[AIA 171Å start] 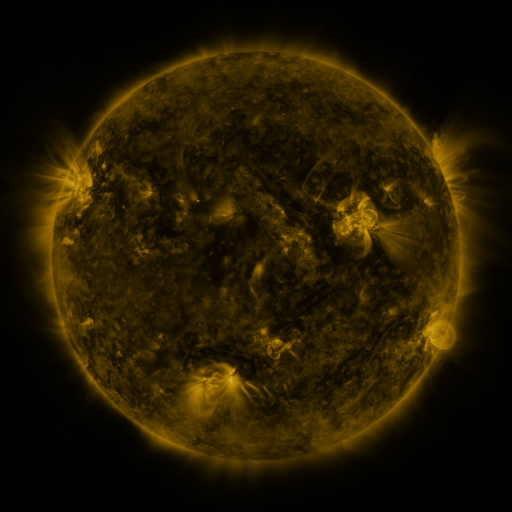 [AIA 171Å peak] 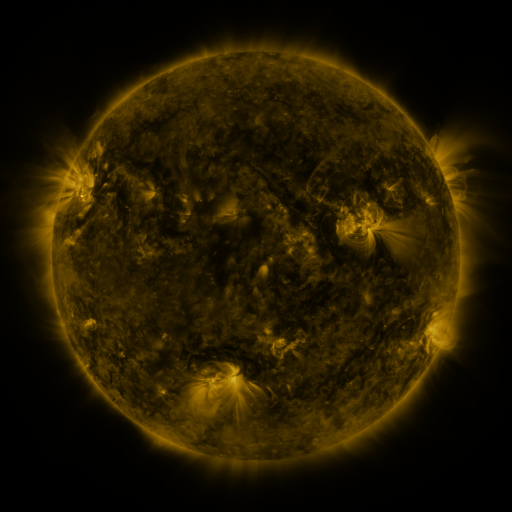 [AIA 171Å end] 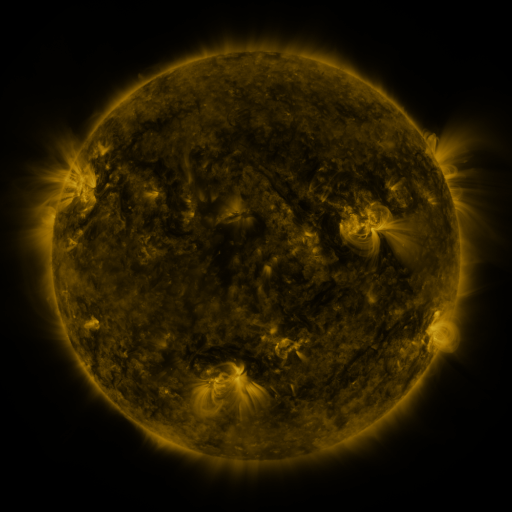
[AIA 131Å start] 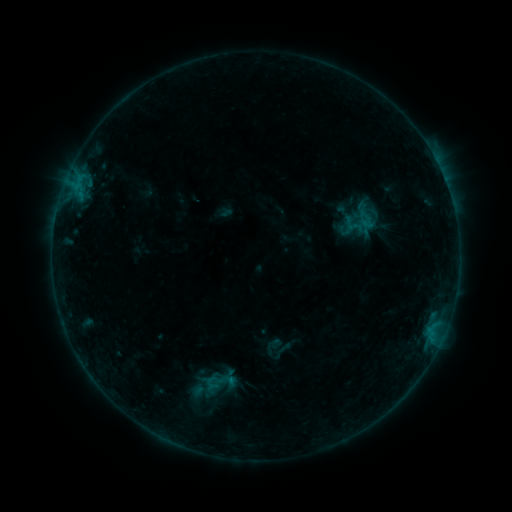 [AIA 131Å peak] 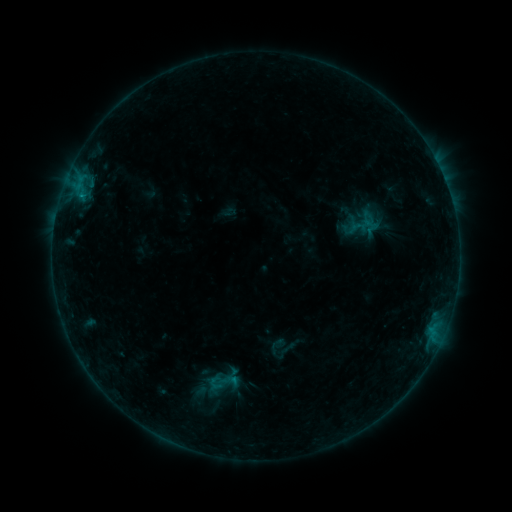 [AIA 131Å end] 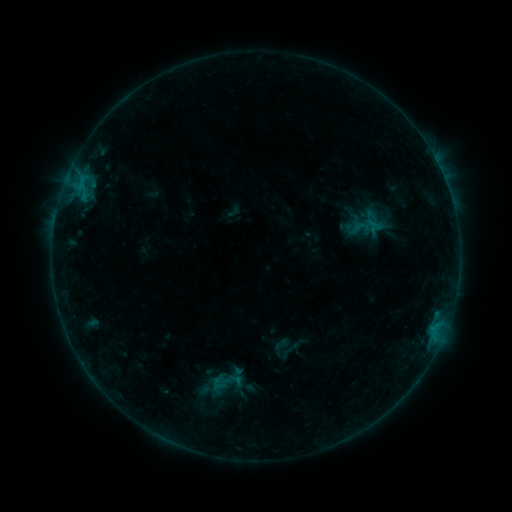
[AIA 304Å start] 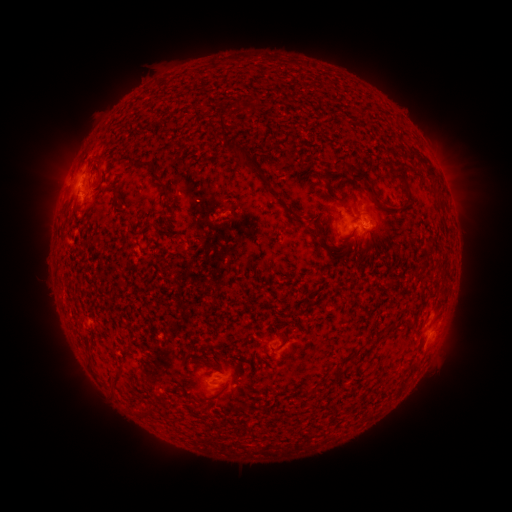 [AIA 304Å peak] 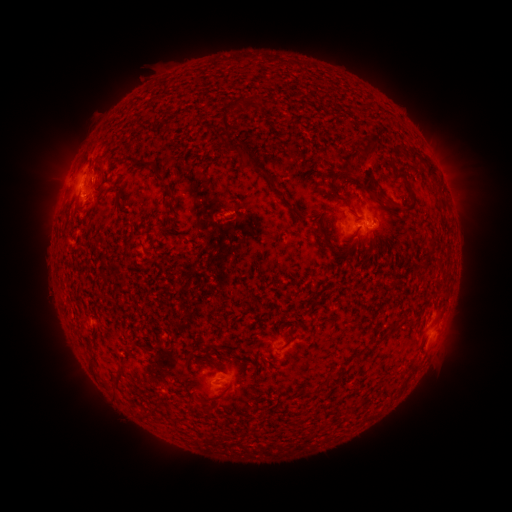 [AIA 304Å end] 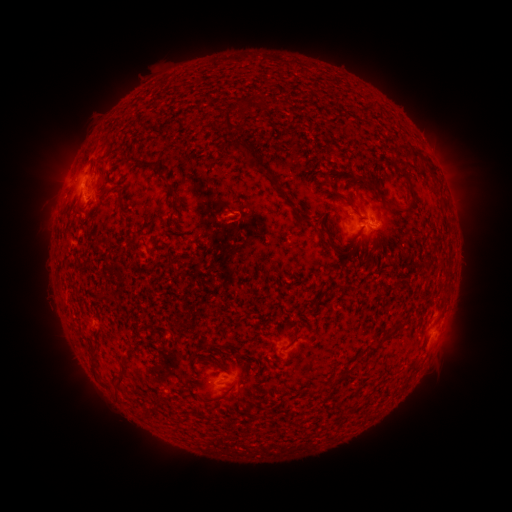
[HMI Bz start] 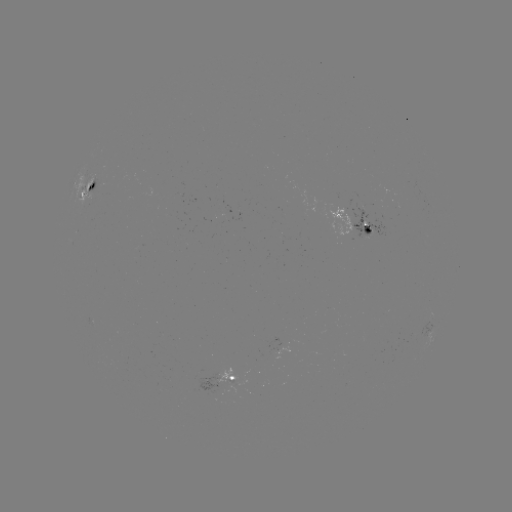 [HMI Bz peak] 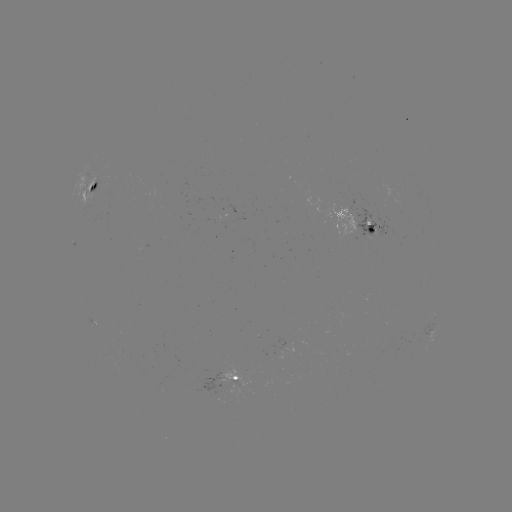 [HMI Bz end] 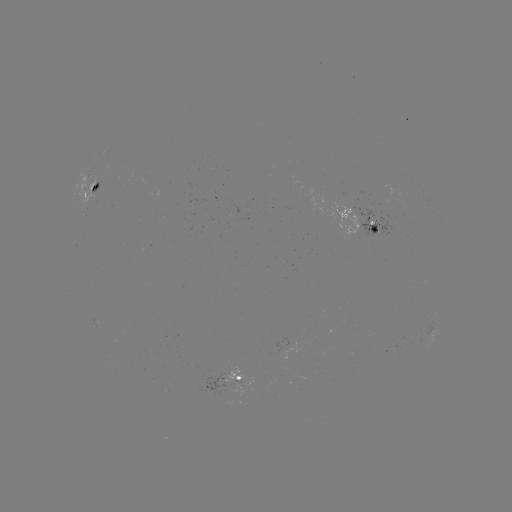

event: filament eruption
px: (363, 161)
